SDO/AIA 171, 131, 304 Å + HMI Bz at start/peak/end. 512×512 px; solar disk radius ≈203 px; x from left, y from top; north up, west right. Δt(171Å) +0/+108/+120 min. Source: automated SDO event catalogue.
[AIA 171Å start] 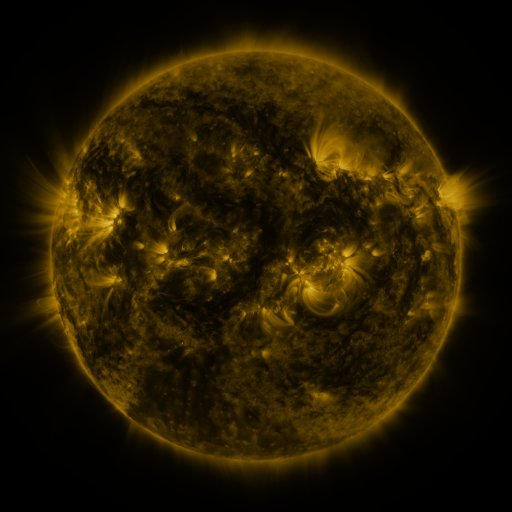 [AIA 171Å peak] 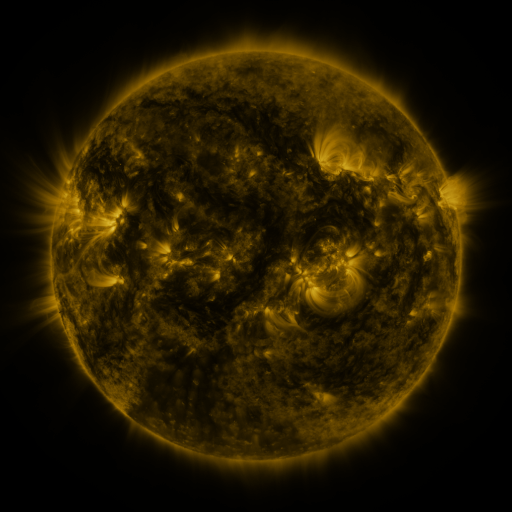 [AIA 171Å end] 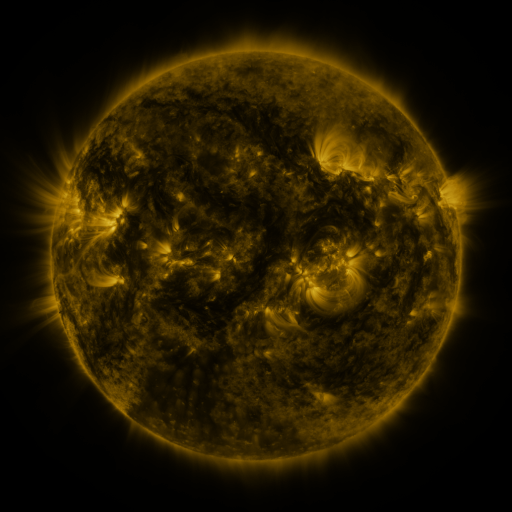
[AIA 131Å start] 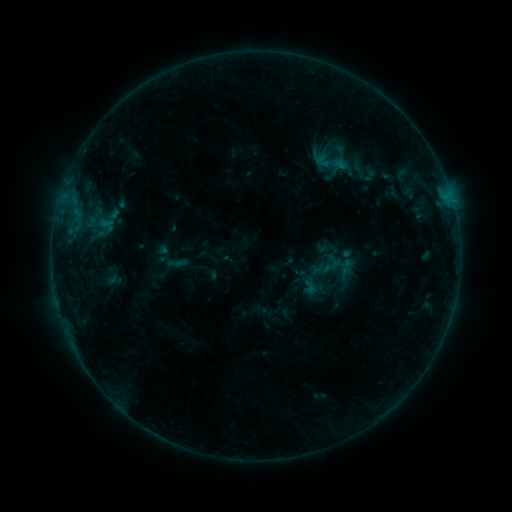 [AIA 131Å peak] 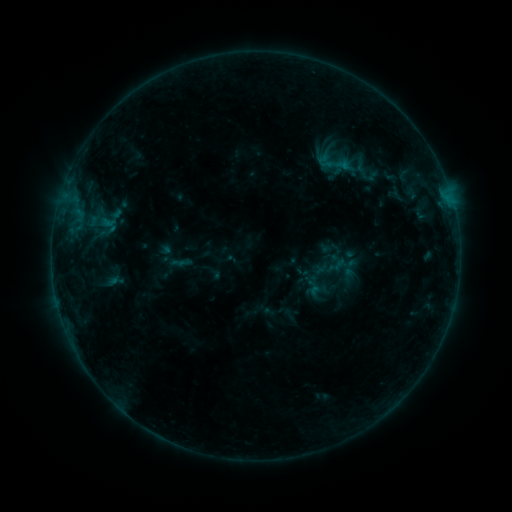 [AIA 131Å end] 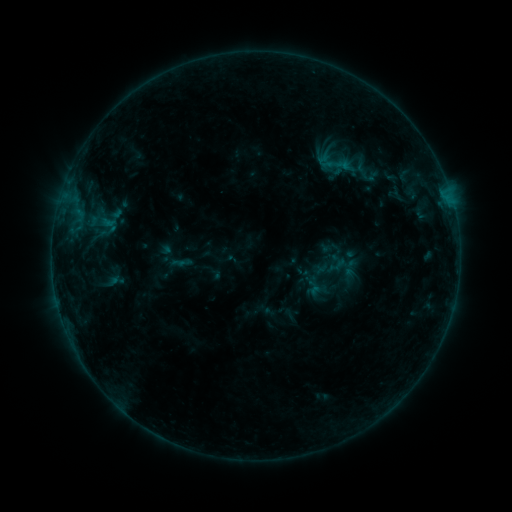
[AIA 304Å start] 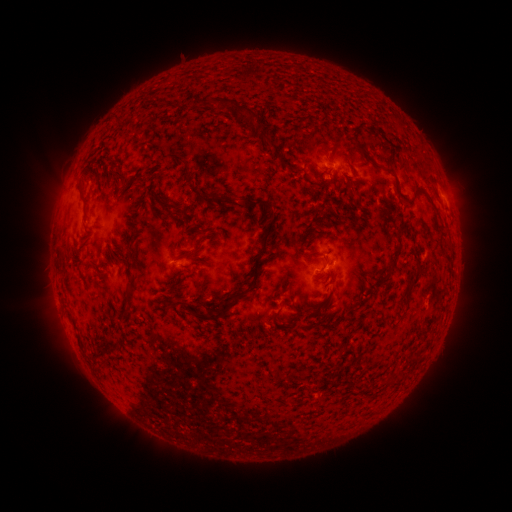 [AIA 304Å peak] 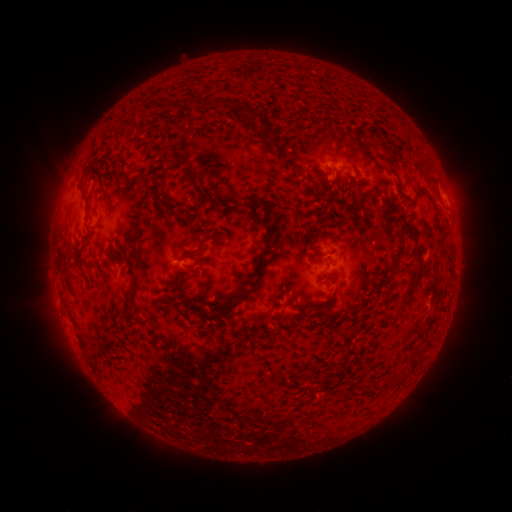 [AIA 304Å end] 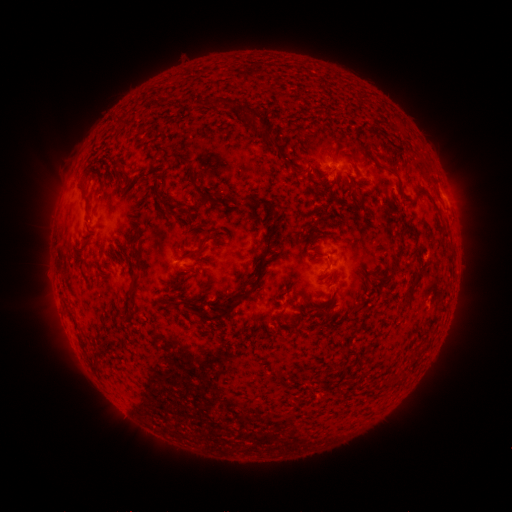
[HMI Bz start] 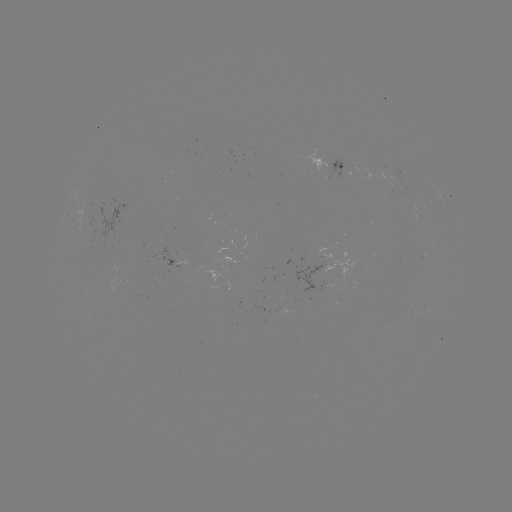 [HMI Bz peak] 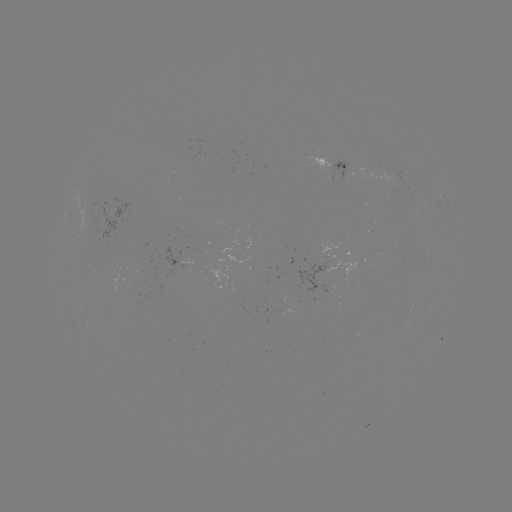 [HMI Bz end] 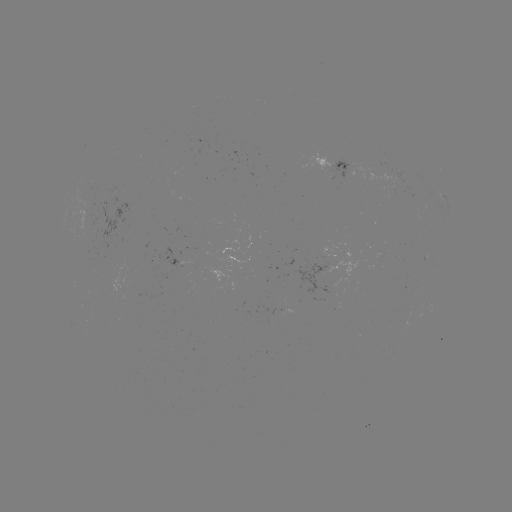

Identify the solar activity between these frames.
emerging-flux region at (327, 169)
